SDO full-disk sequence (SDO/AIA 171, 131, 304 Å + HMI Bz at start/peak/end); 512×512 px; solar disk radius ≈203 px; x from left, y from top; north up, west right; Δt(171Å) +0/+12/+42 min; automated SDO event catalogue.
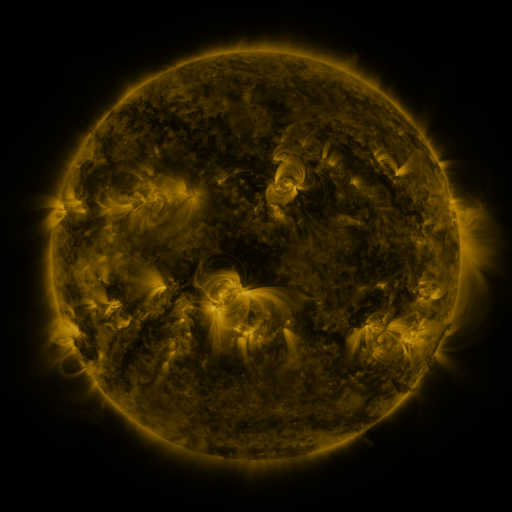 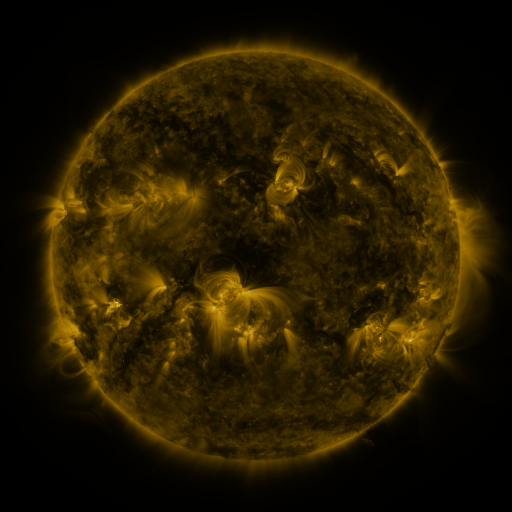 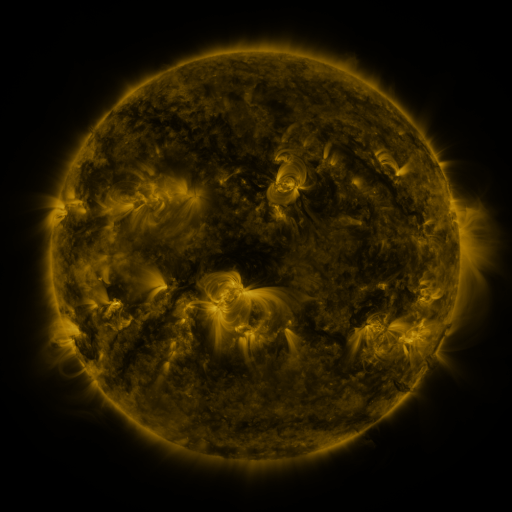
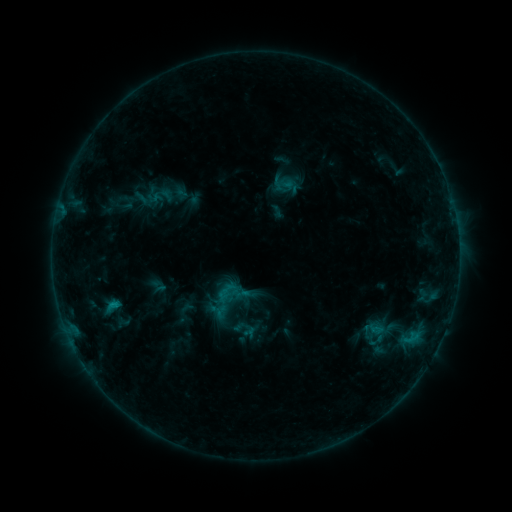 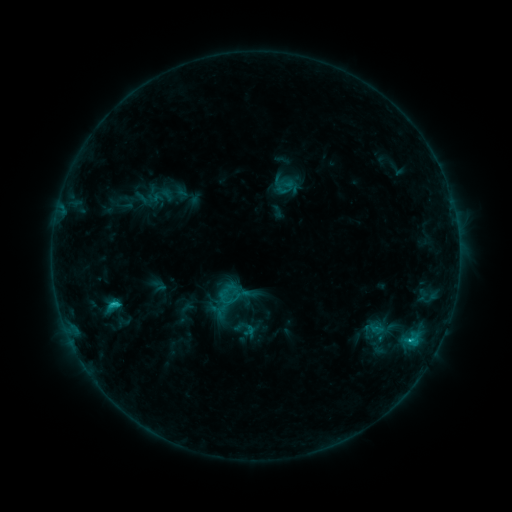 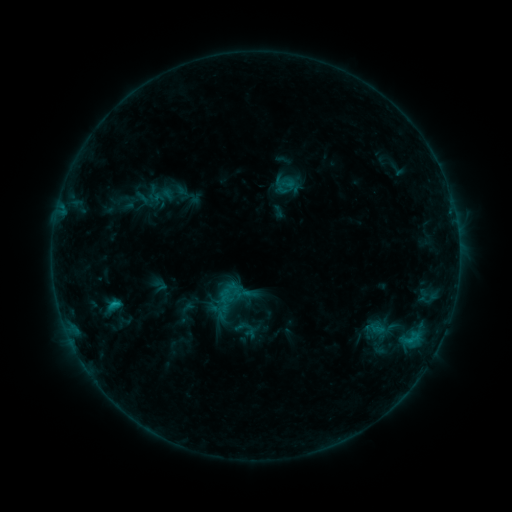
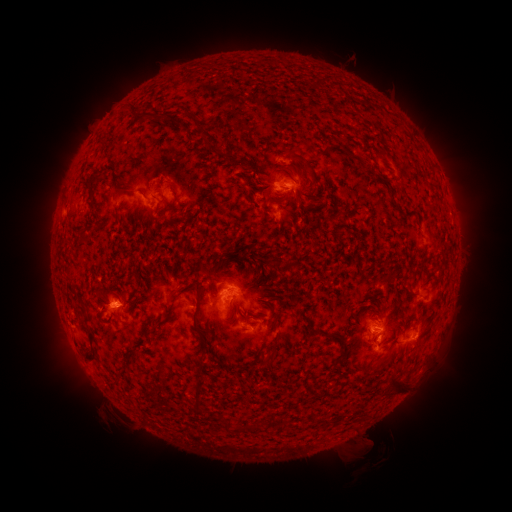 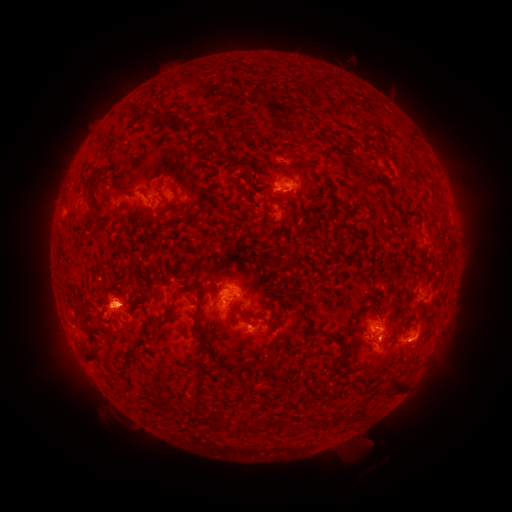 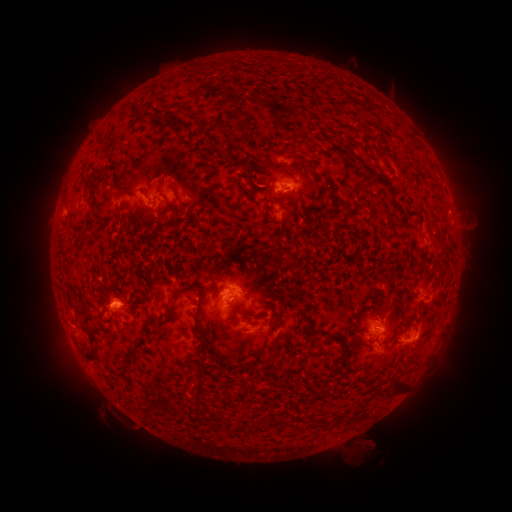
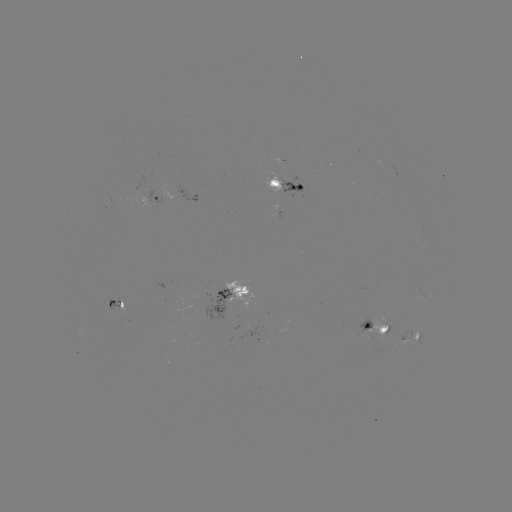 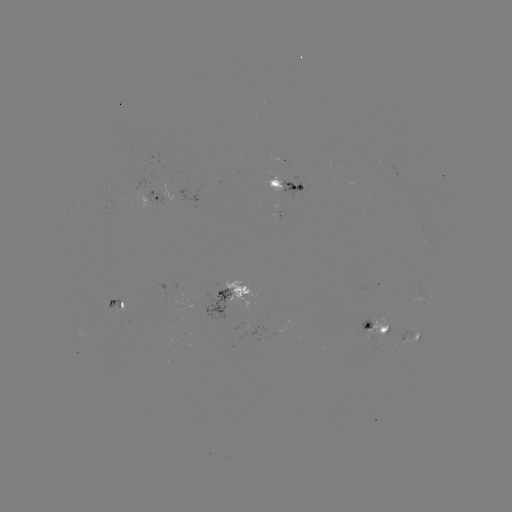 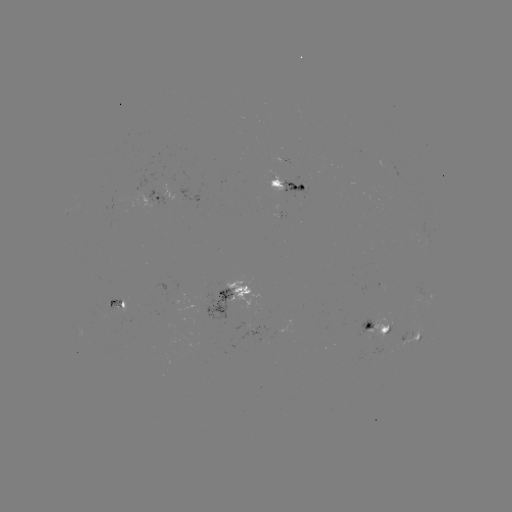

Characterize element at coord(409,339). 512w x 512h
C1.6 flare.